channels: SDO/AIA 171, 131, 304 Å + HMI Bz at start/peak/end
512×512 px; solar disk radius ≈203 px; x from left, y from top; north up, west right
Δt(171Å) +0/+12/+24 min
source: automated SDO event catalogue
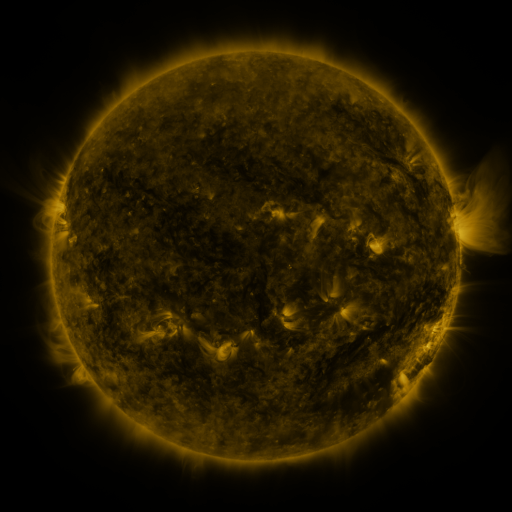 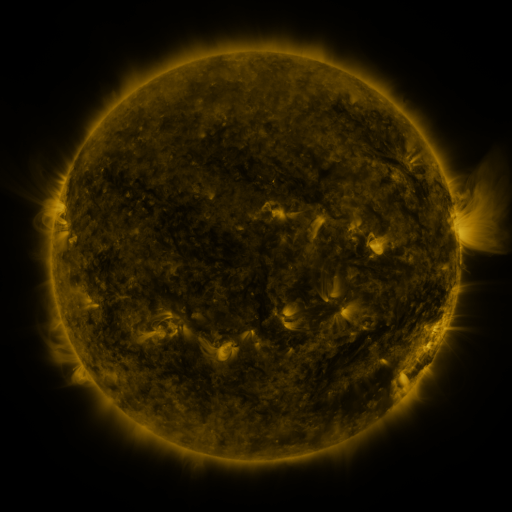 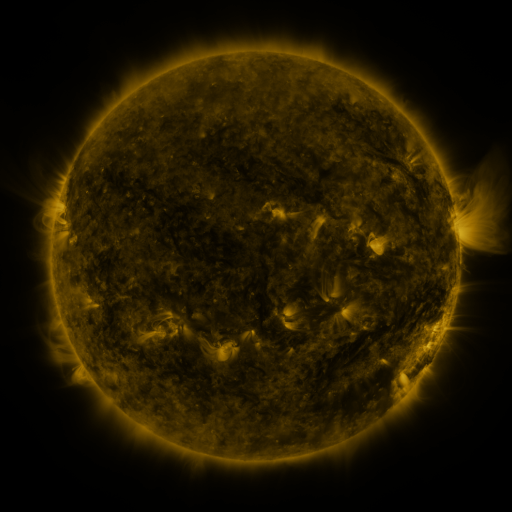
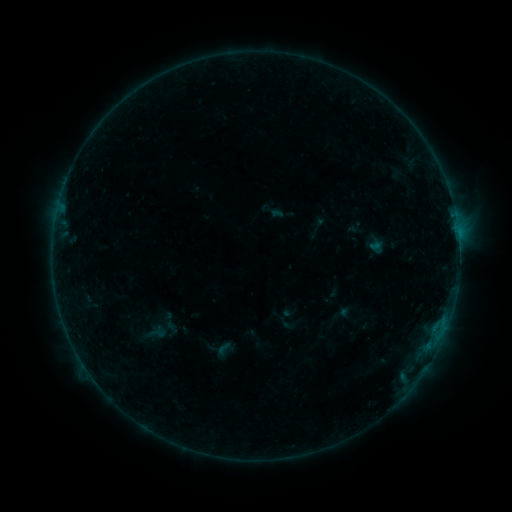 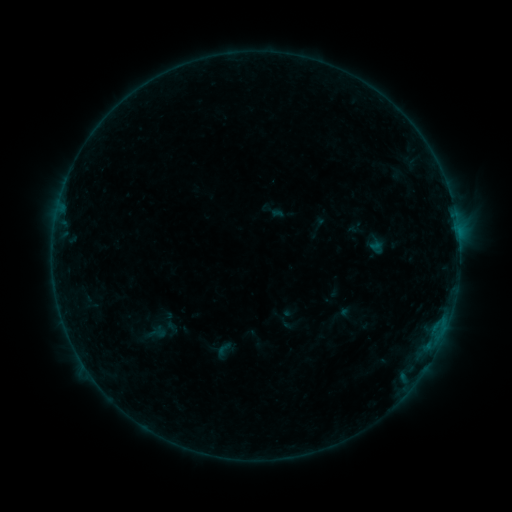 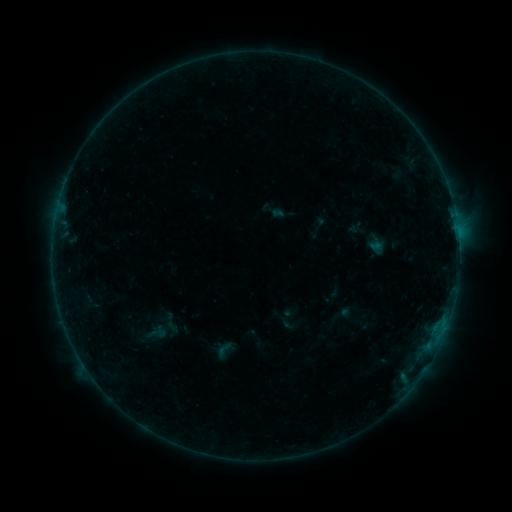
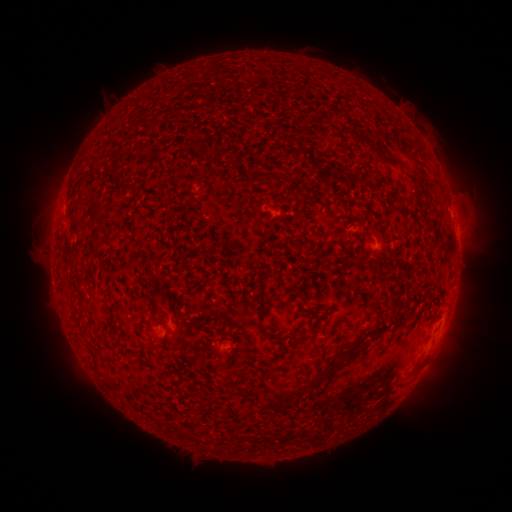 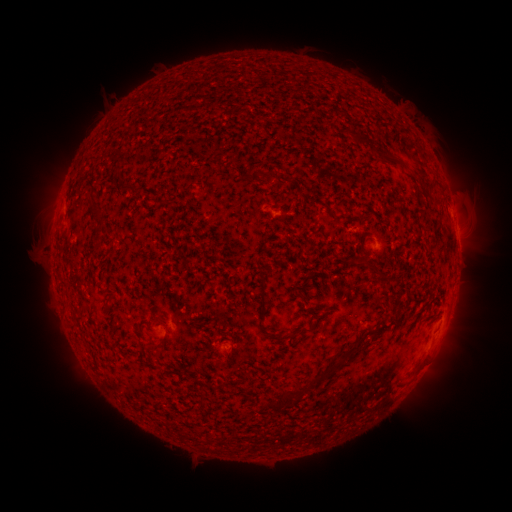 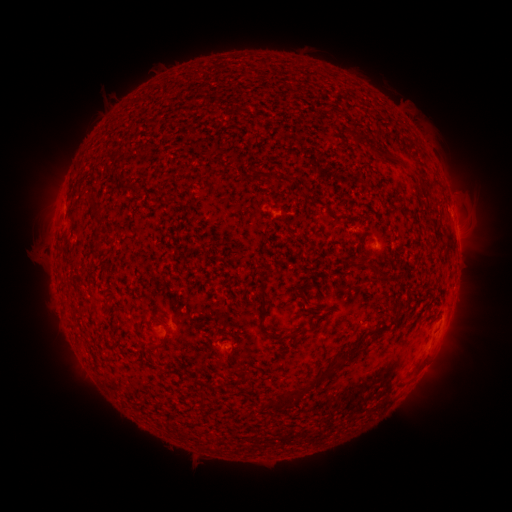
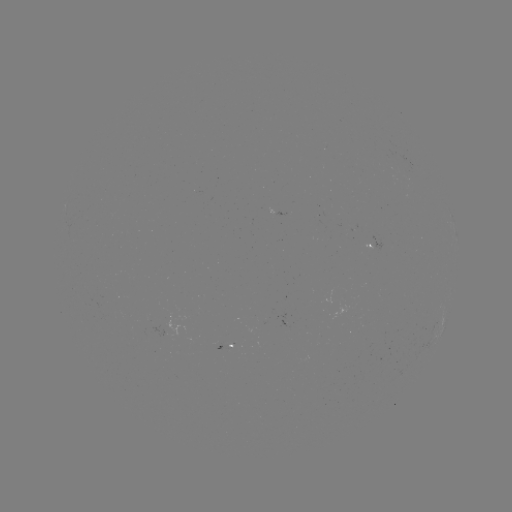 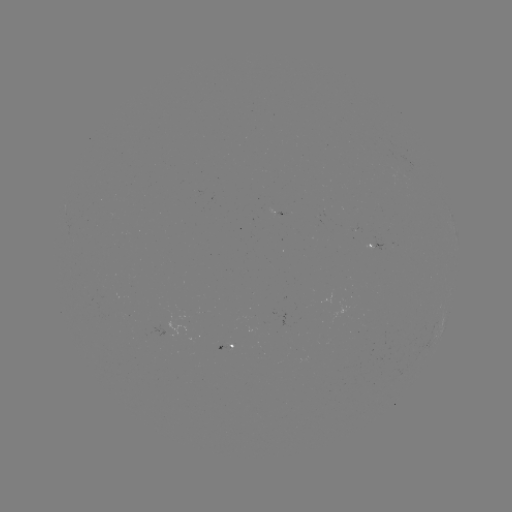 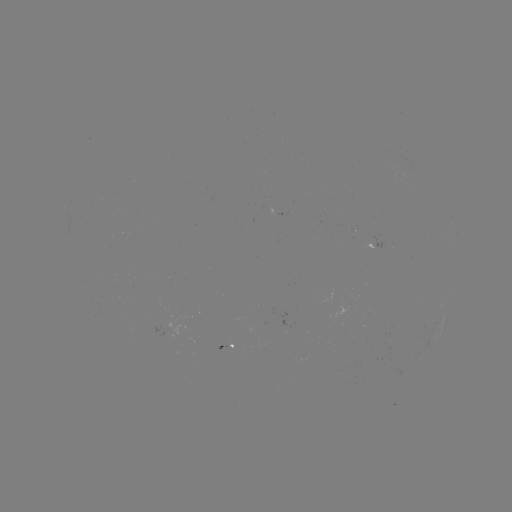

no flare in any classed list; no EUV-trigger detection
